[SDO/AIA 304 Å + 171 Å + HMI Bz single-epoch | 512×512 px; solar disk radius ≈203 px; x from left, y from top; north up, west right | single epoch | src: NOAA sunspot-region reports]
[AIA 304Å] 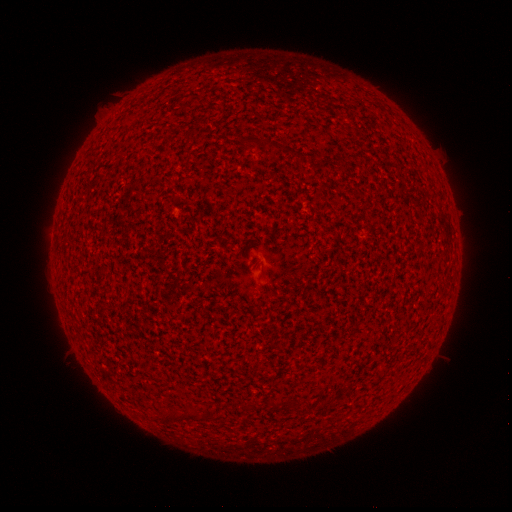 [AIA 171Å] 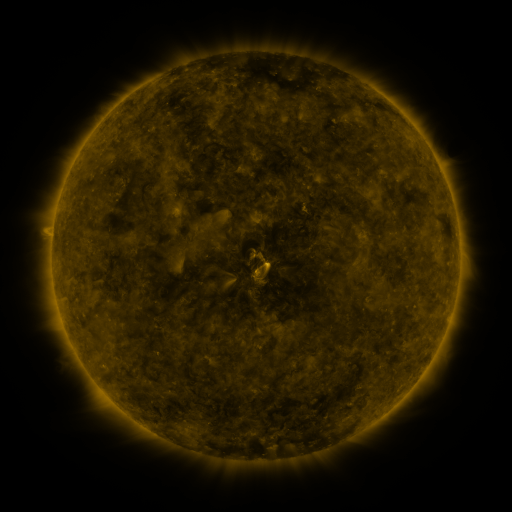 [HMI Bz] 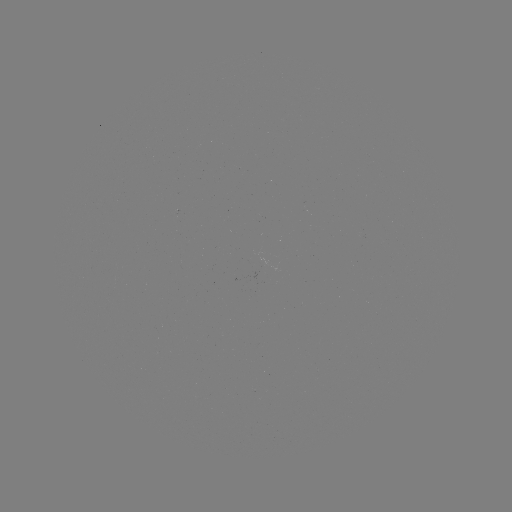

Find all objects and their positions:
(none)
